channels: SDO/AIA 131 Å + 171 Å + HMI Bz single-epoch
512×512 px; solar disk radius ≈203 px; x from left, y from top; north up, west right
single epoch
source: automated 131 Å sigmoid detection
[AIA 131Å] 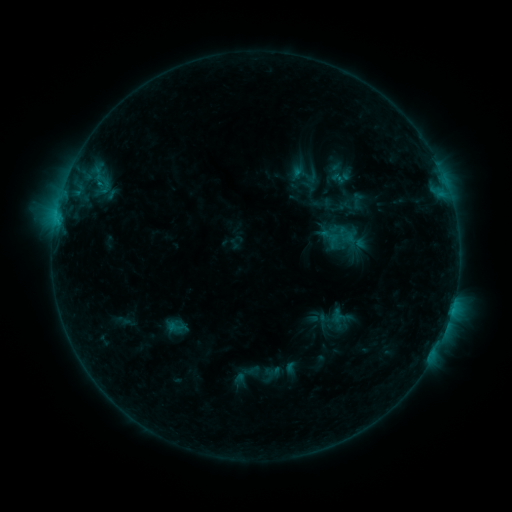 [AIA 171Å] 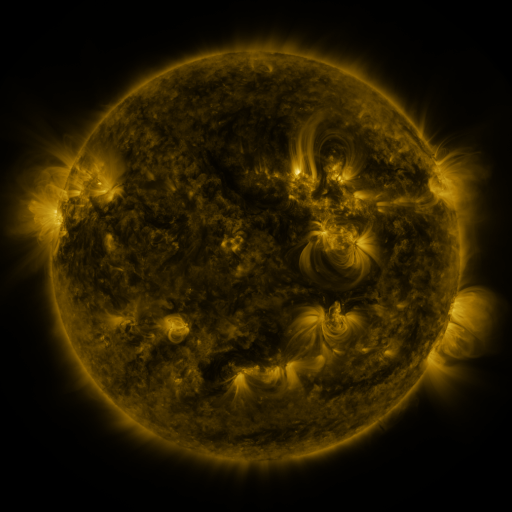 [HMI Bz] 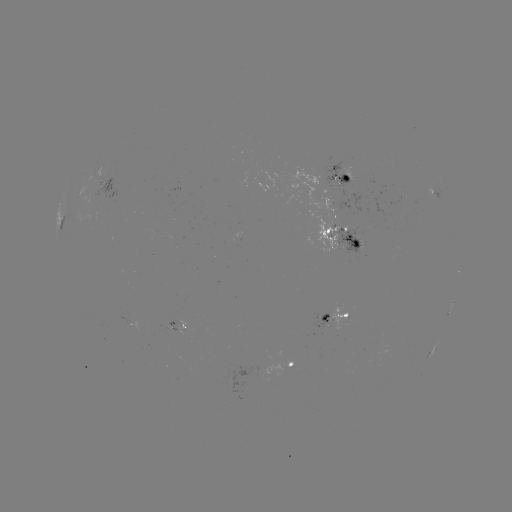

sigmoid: <bbox>286, 159, 324, 189</bbox>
